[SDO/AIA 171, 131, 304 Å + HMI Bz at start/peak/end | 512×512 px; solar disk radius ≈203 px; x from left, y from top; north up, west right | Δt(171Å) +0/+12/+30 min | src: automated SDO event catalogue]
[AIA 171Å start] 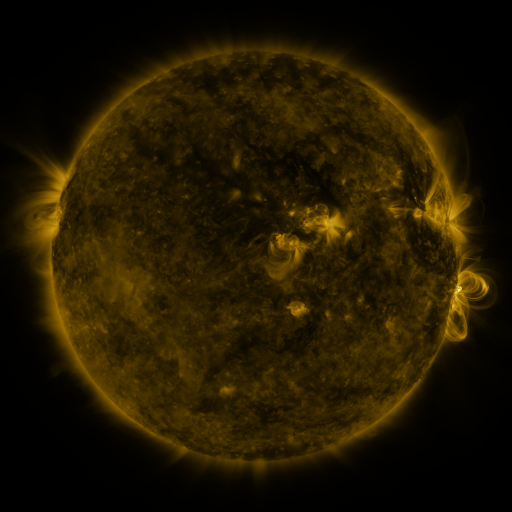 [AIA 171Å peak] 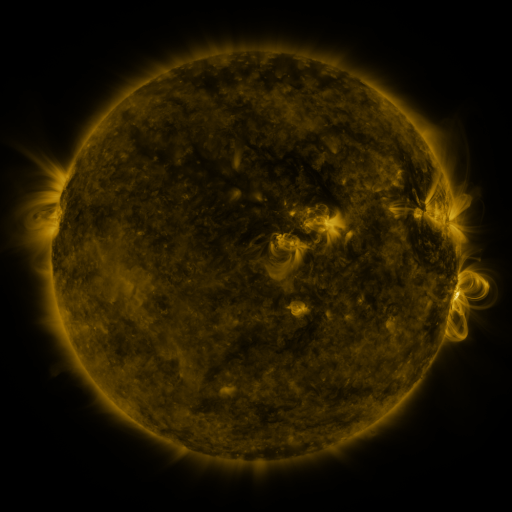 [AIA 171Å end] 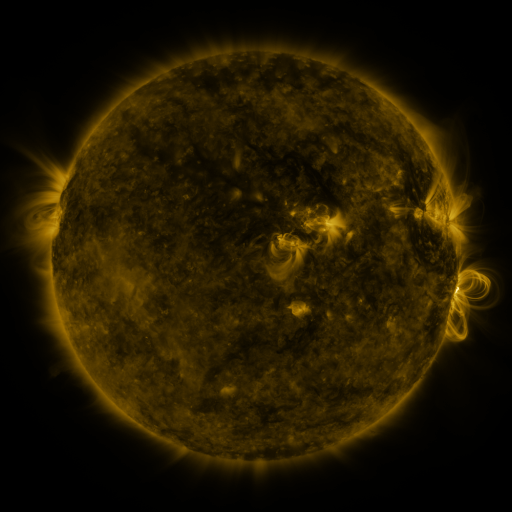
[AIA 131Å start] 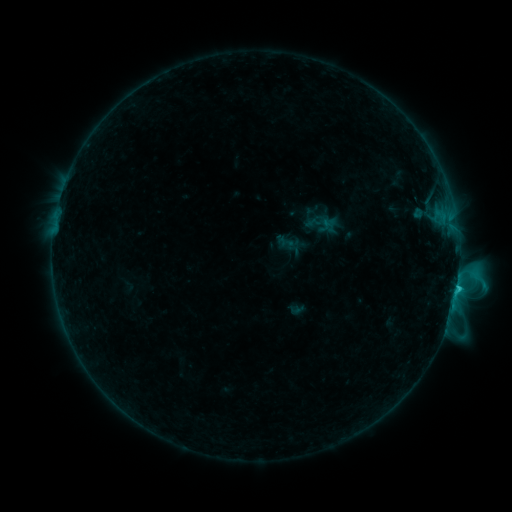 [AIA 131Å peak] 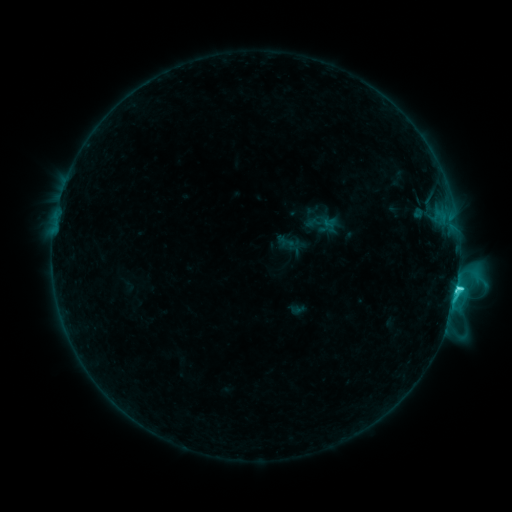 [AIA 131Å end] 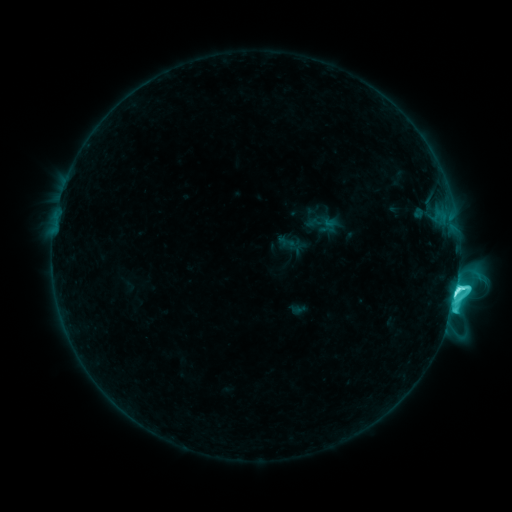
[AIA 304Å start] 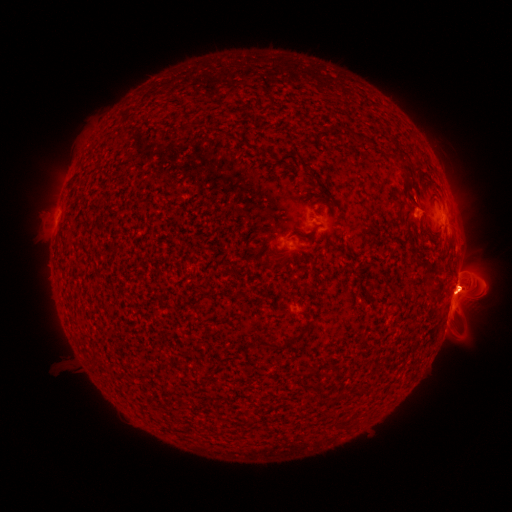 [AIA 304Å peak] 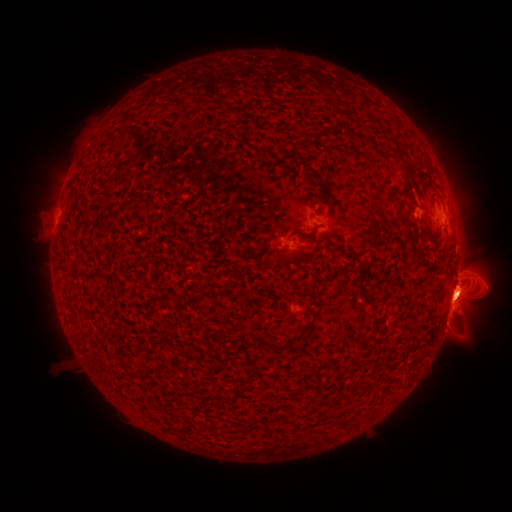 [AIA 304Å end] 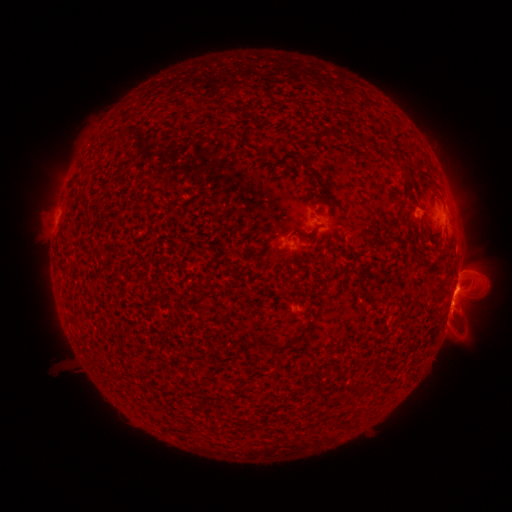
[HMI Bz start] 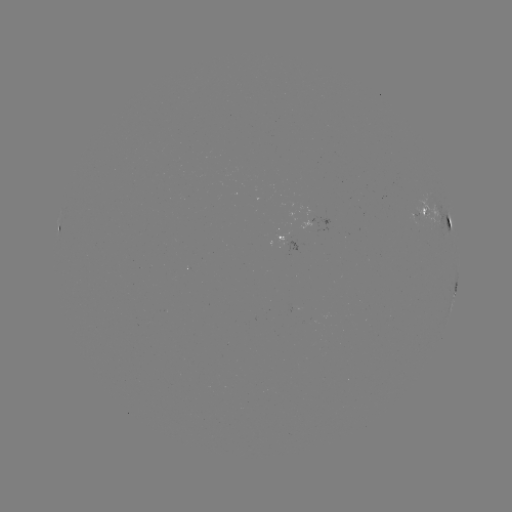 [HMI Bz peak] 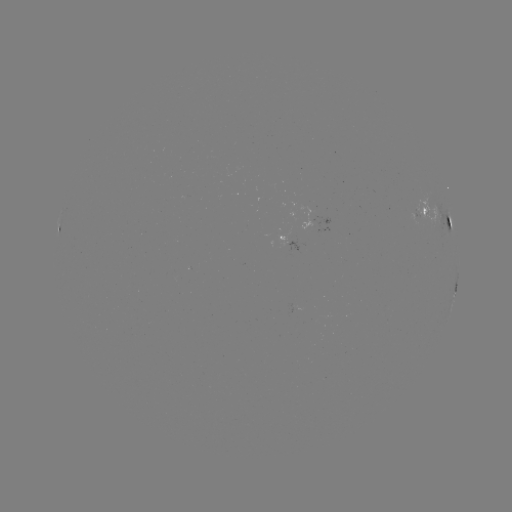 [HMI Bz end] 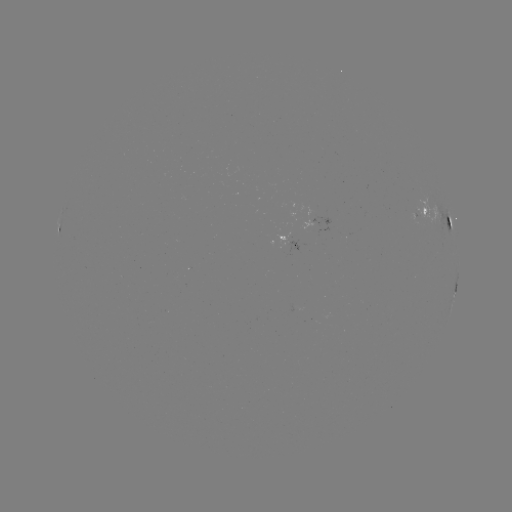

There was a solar eruption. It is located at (456, 293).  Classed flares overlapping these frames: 1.